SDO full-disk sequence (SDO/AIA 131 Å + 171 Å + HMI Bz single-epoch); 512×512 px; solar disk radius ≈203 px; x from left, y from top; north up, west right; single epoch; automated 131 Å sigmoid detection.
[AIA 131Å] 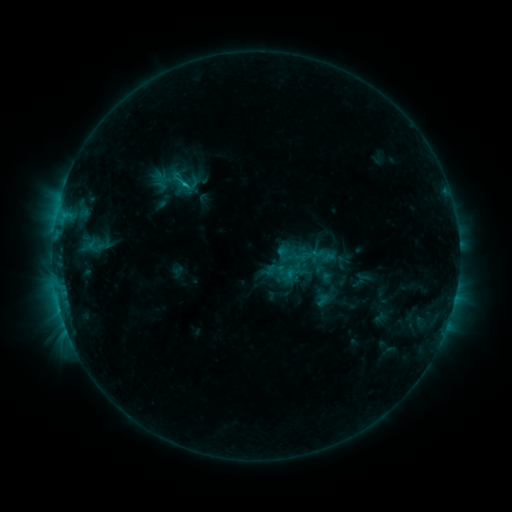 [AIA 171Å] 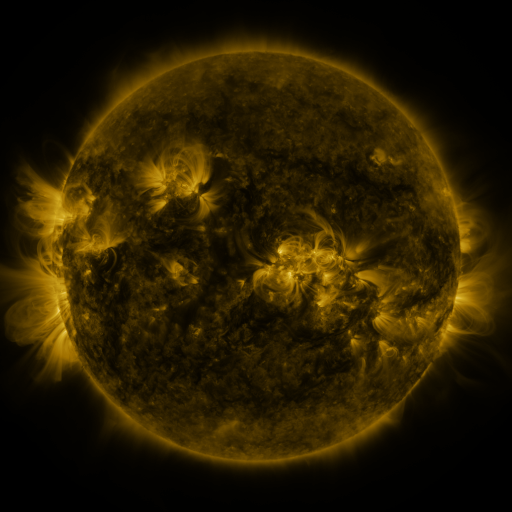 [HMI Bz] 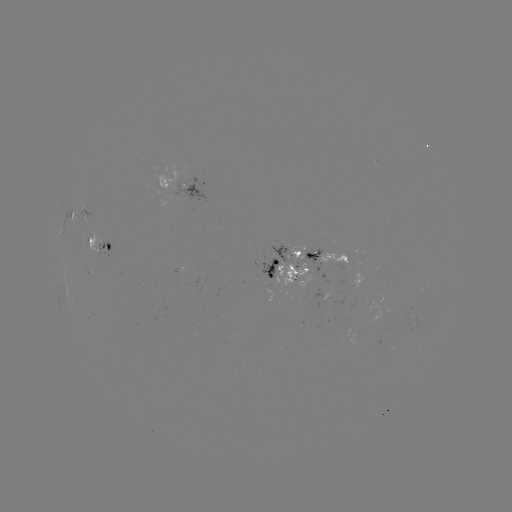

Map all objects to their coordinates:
sigmoid: (187, 185)
